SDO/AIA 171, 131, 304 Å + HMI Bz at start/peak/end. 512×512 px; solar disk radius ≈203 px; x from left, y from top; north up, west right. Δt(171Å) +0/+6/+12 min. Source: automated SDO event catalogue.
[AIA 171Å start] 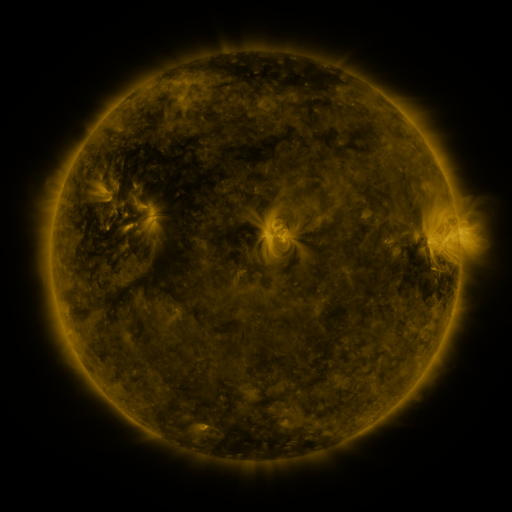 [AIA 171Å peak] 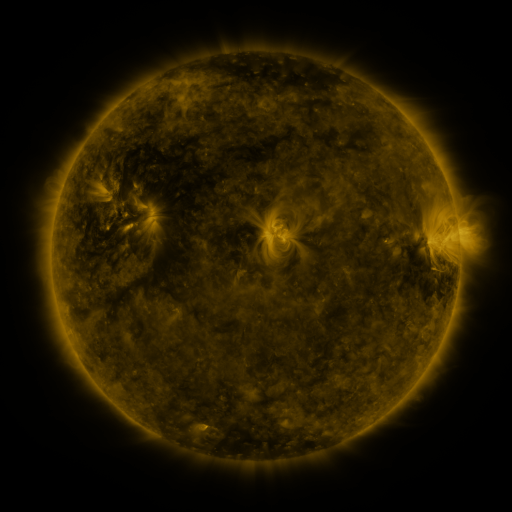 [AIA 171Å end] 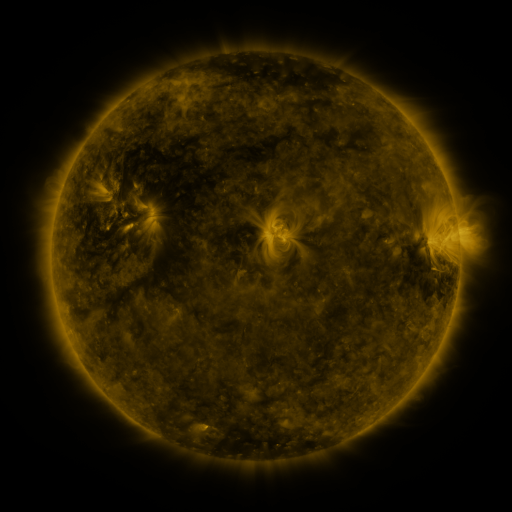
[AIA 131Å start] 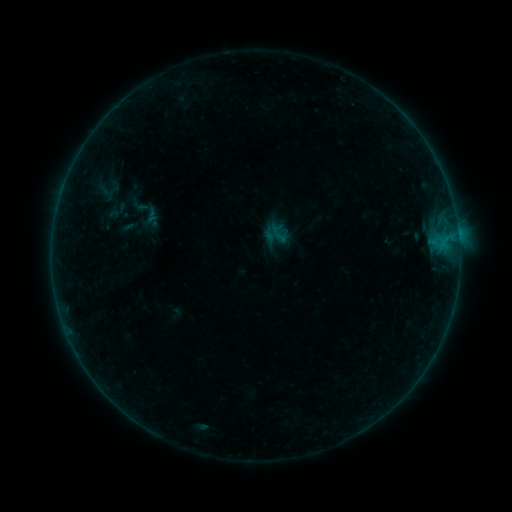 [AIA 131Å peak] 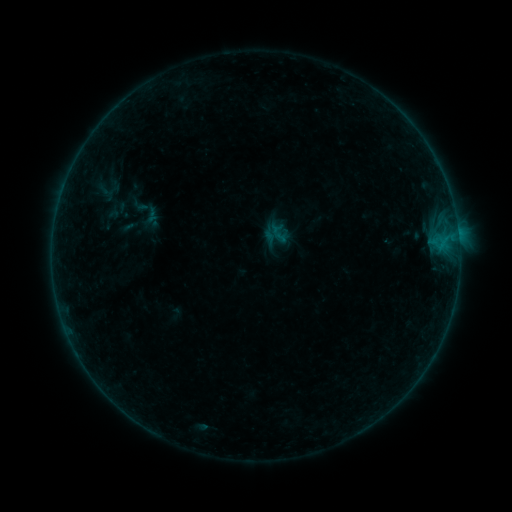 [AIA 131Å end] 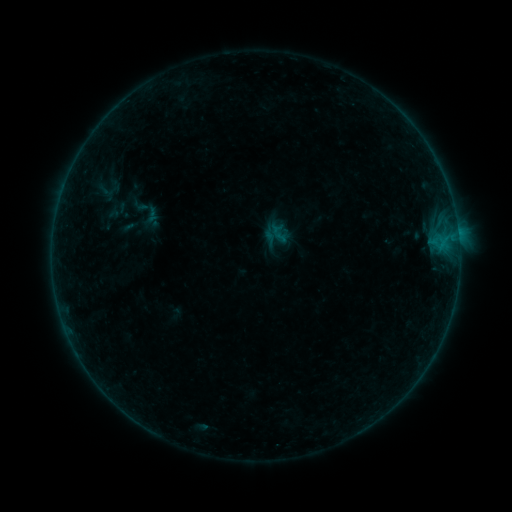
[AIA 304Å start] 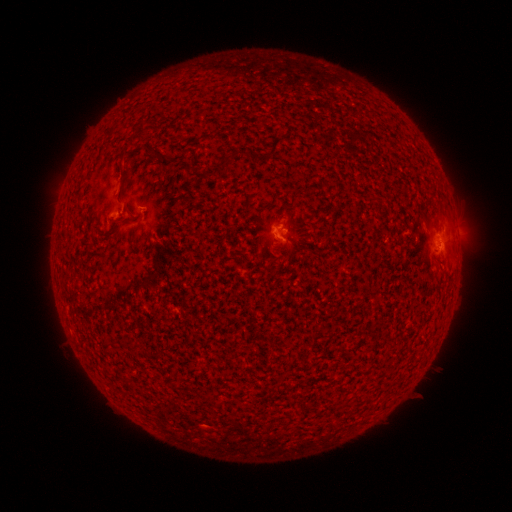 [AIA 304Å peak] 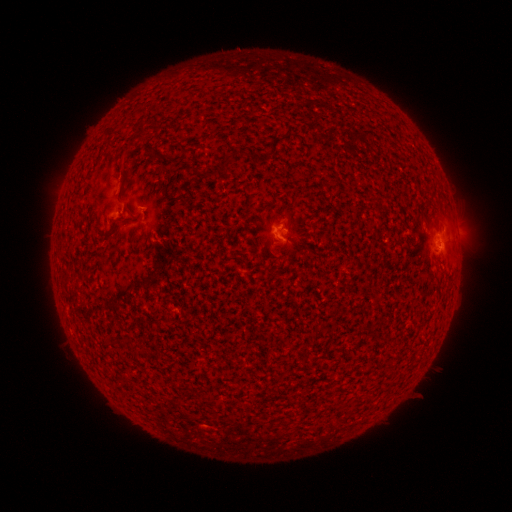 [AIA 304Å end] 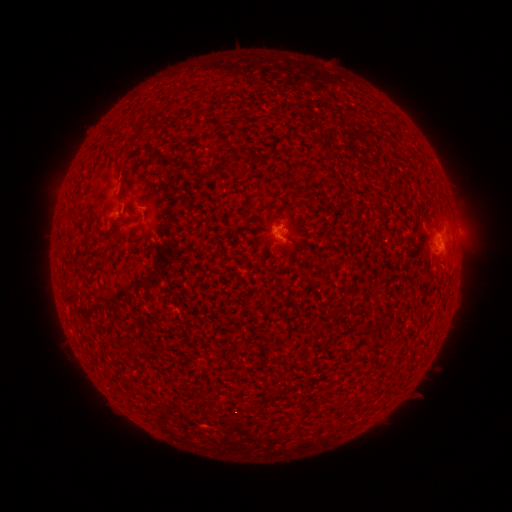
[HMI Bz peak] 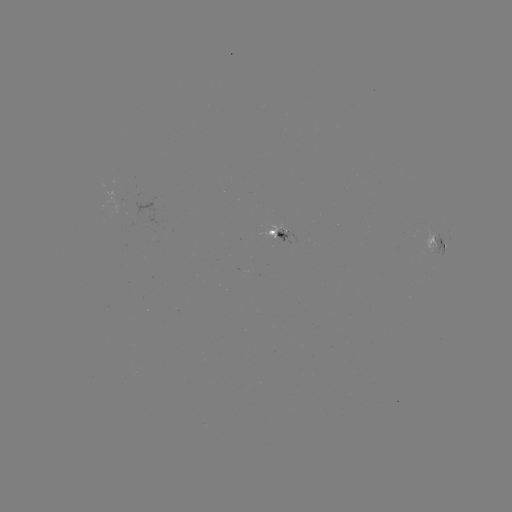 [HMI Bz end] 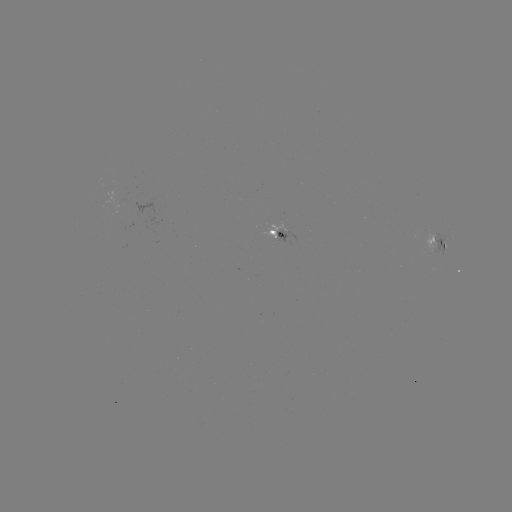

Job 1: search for B1.7 flare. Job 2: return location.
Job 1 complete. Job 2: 428,245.